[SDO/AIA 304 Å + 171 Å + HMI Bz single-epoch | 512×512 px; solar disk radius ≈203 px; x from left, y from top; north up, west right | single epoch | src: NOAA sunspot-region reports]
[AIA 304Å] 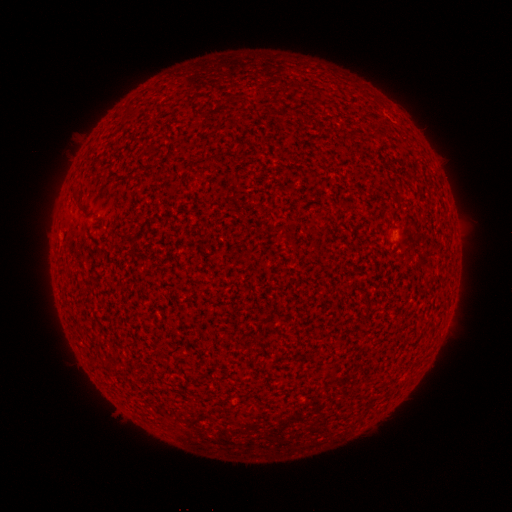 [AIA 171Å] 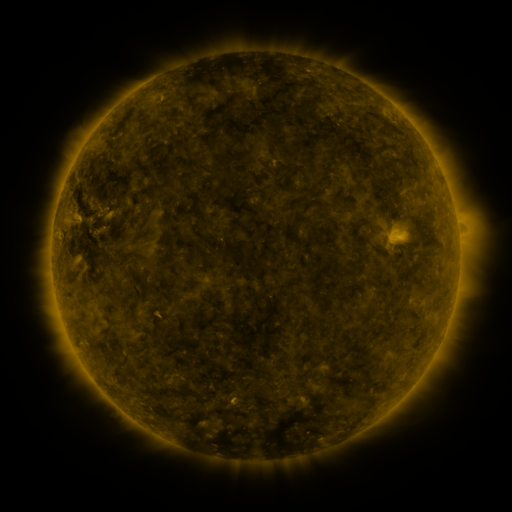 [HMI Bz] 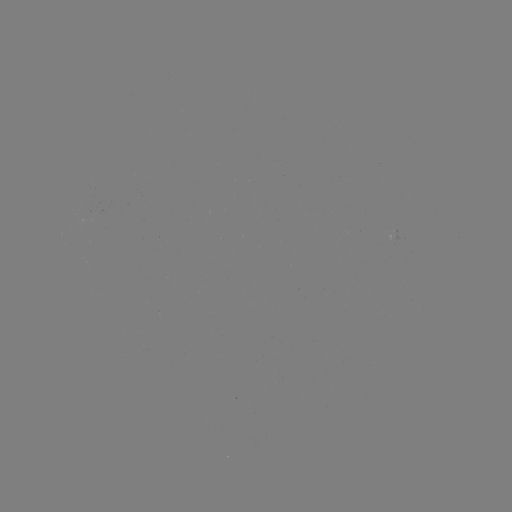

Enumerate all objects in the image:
(none)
